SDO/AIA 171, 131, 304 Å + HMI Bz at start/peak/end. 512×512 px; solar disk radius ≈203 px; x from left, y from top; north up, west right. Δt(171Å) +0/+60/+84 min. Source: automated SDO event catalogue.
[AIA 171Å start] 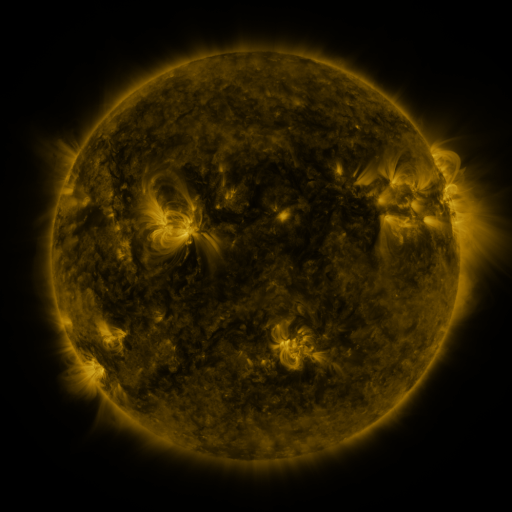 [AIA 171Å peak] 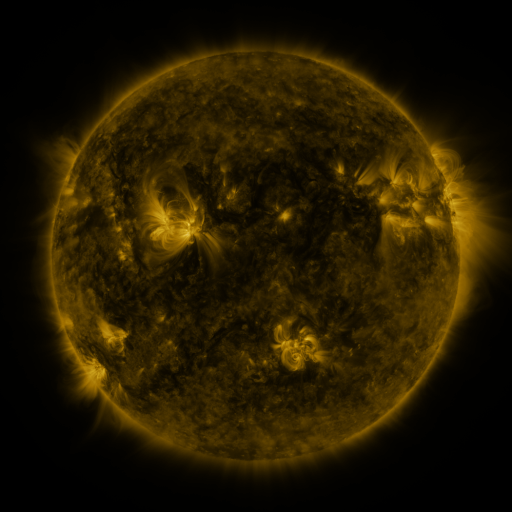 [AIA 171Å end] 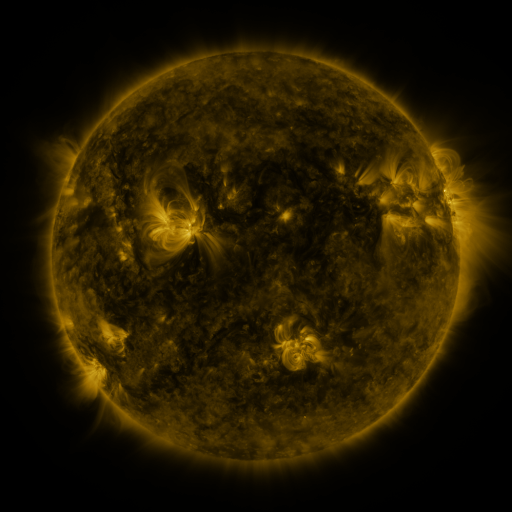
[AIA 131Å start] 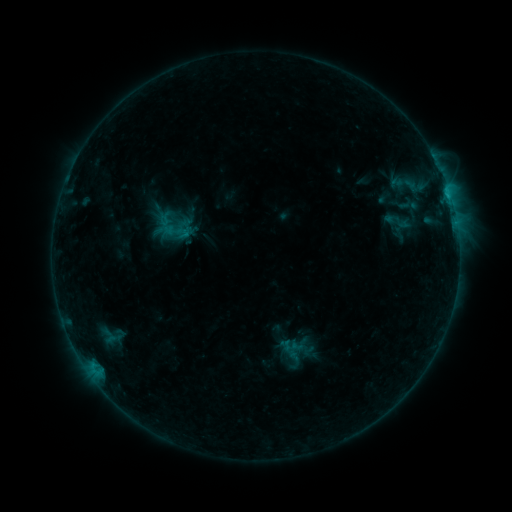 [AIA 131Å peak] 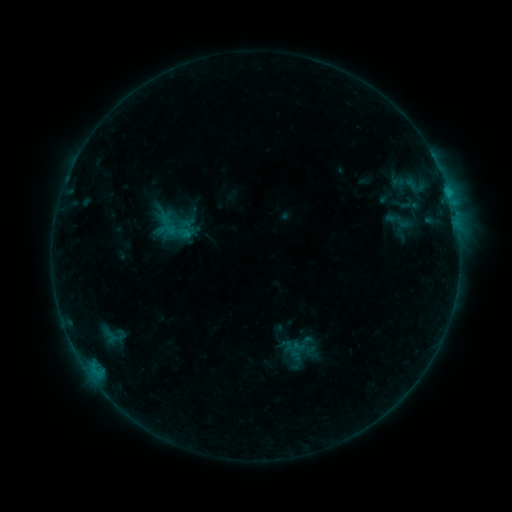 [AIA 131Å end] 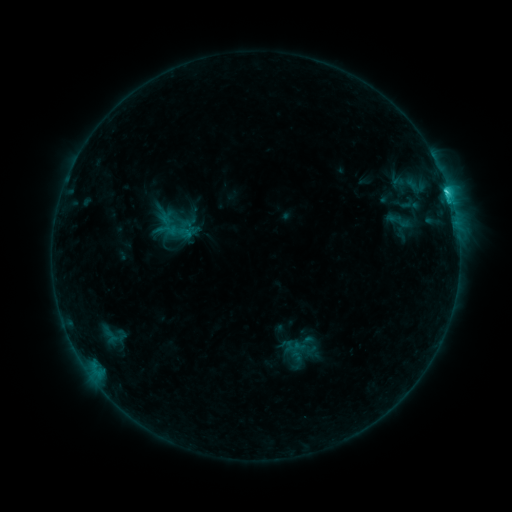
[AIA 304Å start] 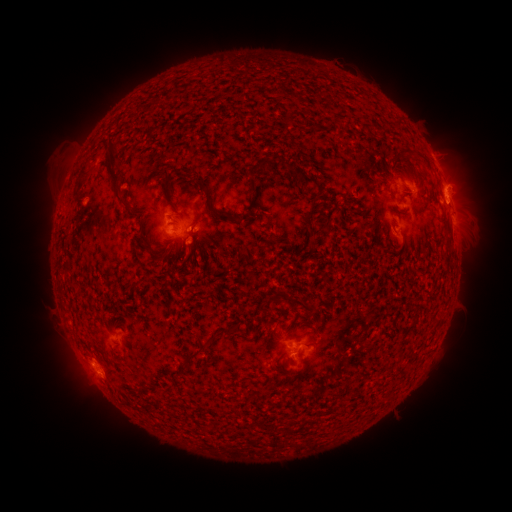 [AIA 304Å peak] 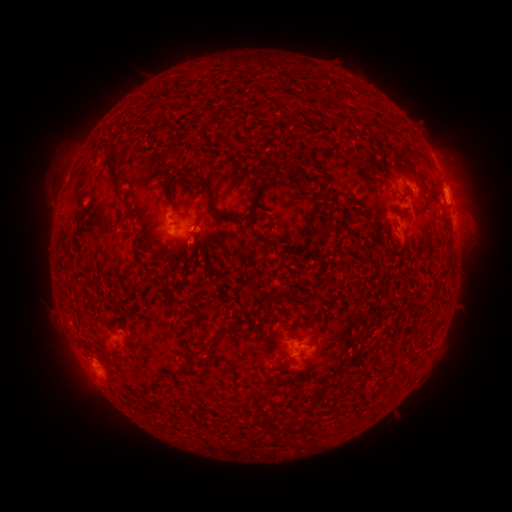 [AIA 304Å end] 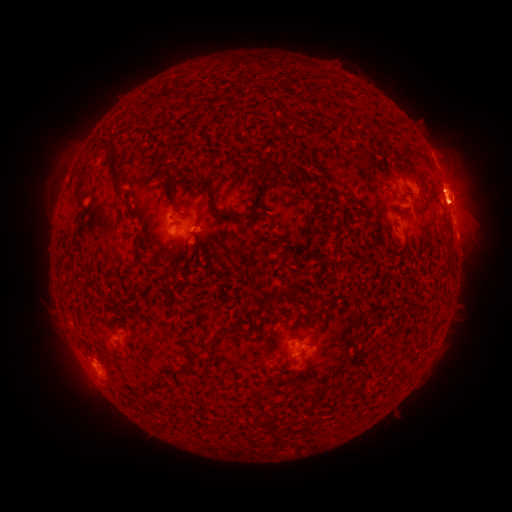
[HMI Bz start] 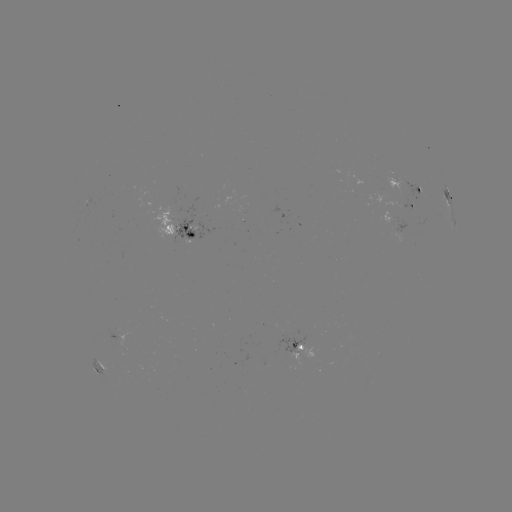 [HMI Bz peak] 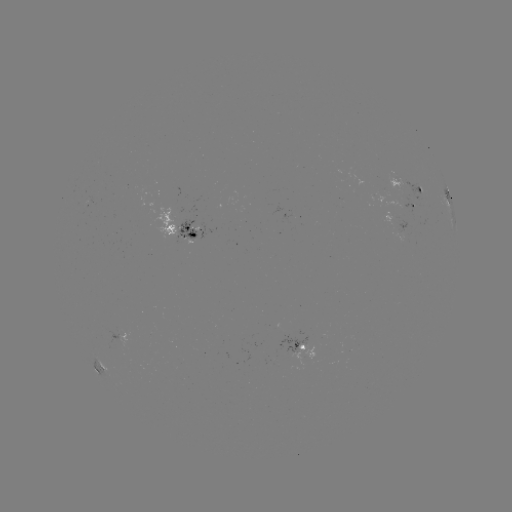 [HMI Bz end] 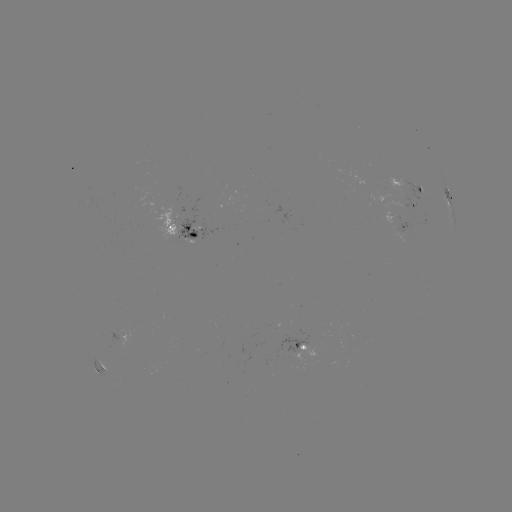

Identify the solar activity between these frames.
emerging-flux region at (175, 215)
